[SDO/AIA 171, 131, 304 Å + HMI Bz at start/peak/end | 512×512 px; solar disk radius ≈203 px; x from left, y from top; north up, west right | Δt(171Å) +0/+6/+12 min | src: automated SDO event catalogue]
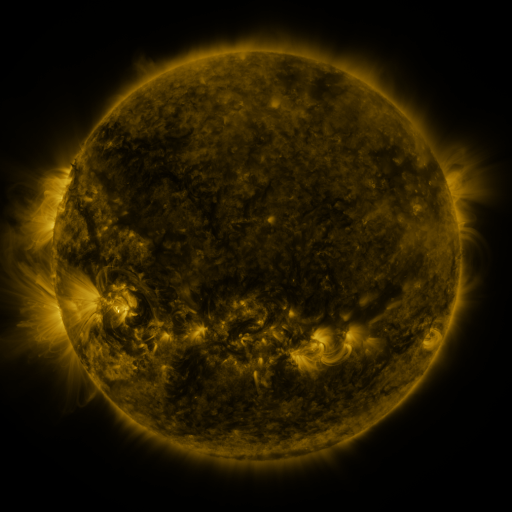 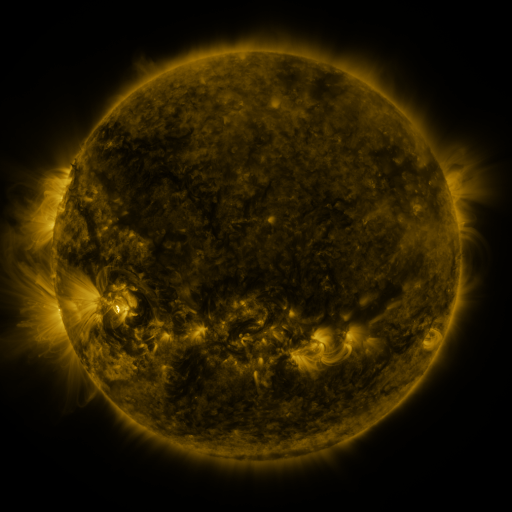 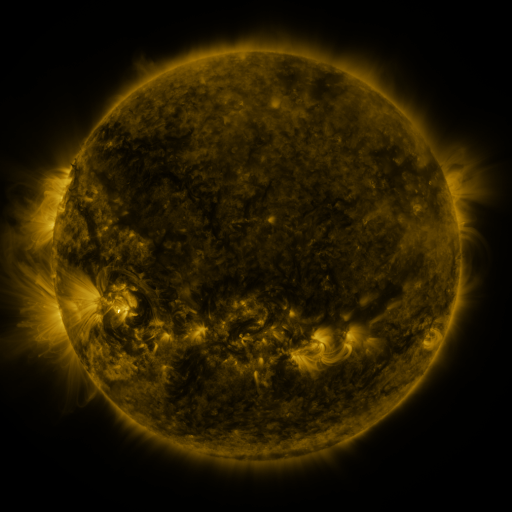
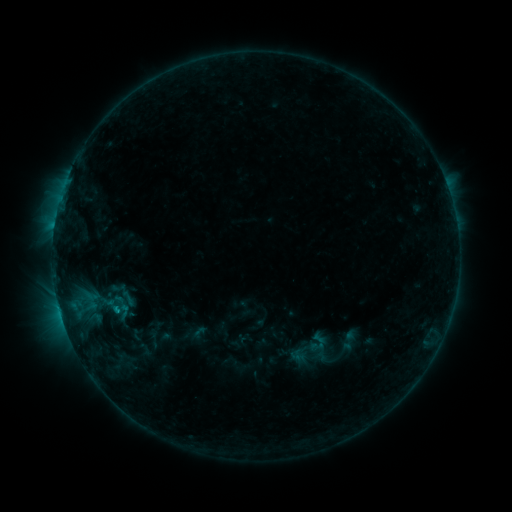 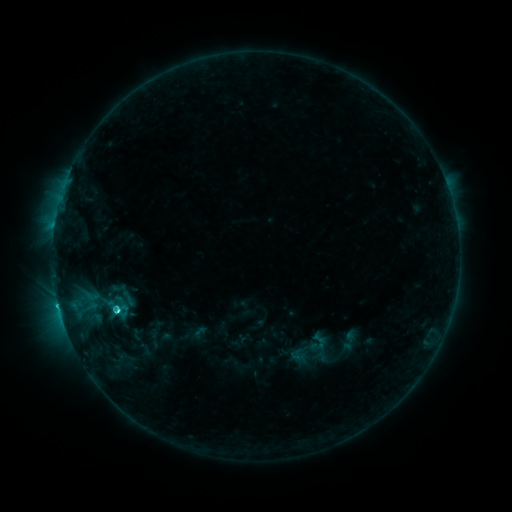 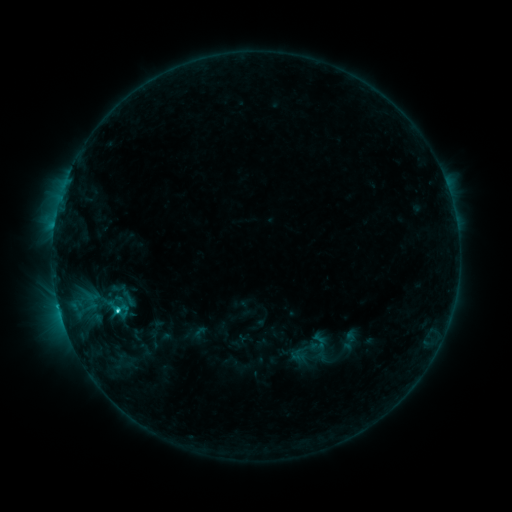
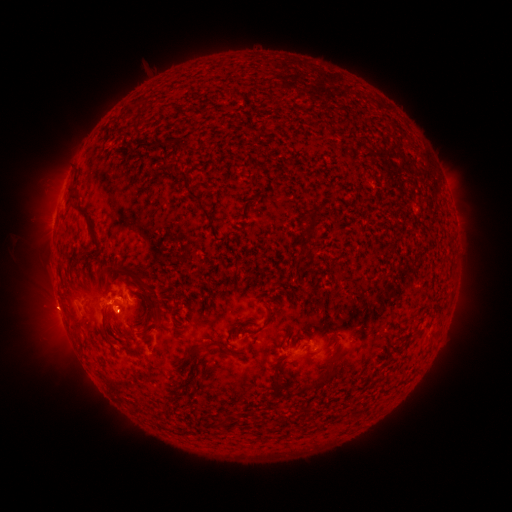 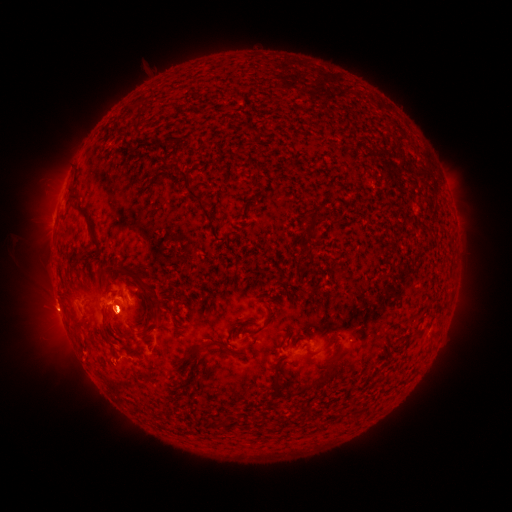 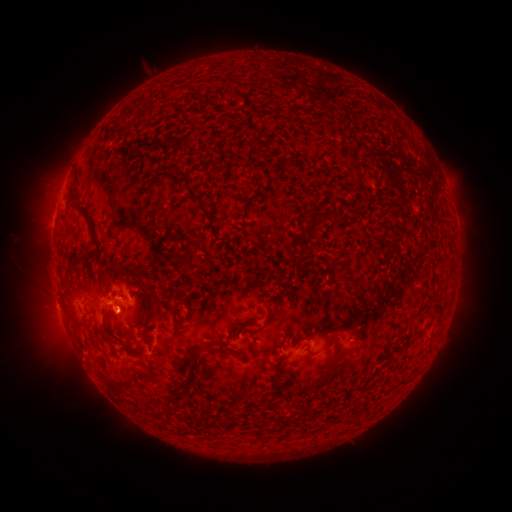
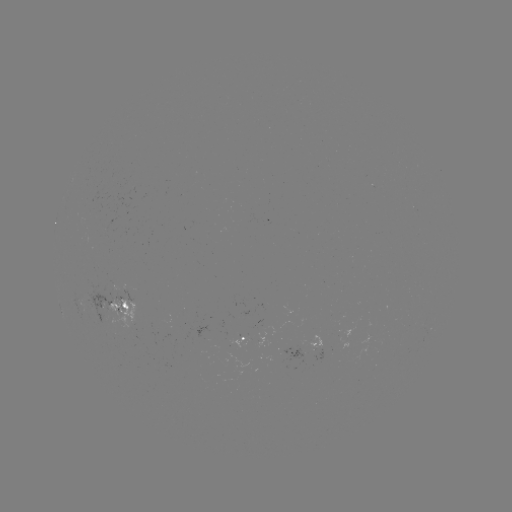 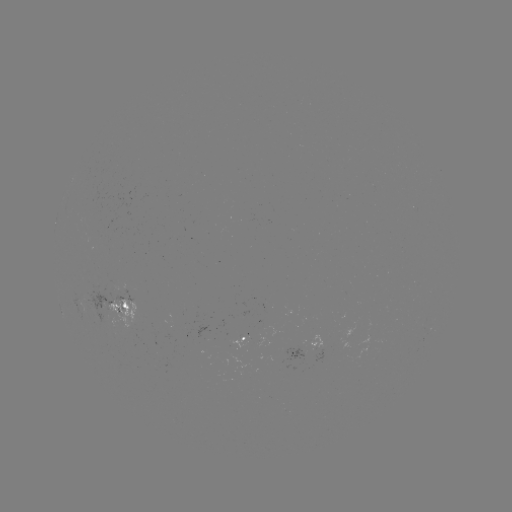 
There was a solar flare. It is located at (119, 309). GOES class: C3.1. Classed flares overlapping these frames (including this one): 1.